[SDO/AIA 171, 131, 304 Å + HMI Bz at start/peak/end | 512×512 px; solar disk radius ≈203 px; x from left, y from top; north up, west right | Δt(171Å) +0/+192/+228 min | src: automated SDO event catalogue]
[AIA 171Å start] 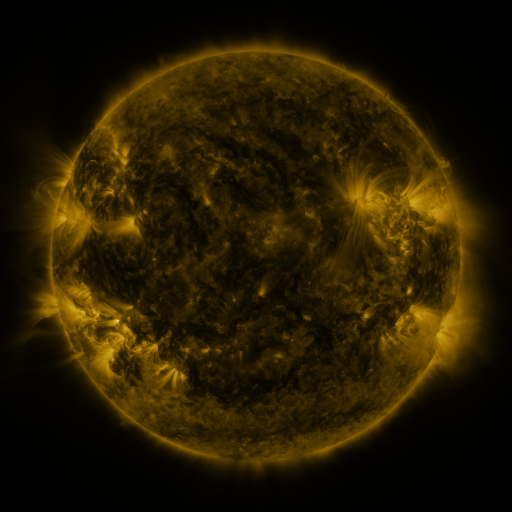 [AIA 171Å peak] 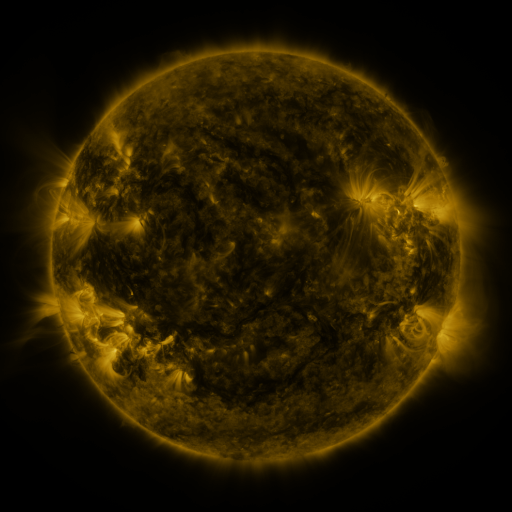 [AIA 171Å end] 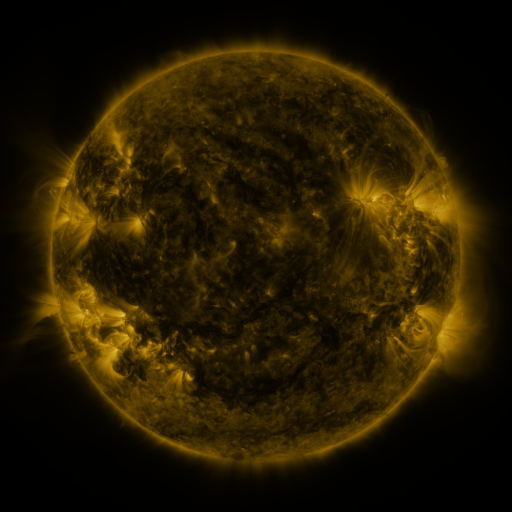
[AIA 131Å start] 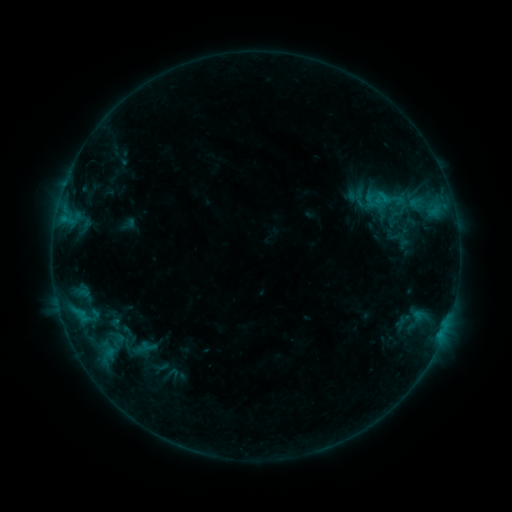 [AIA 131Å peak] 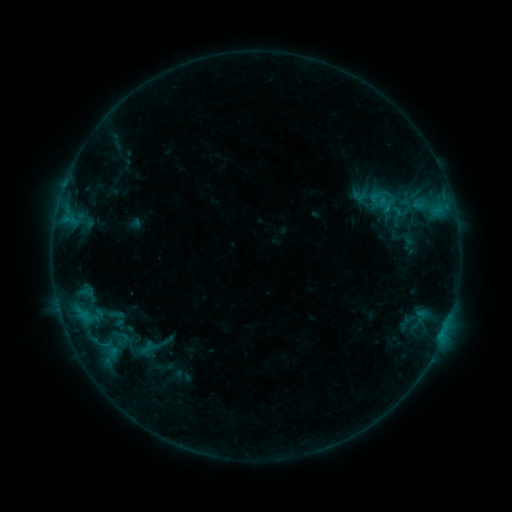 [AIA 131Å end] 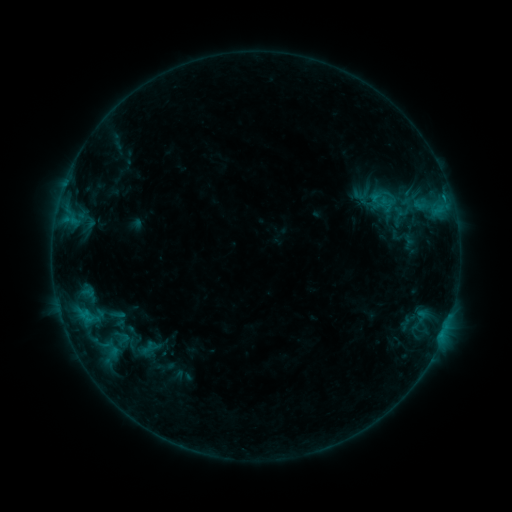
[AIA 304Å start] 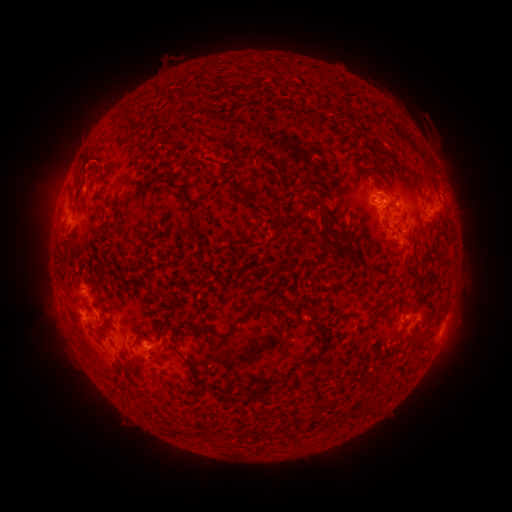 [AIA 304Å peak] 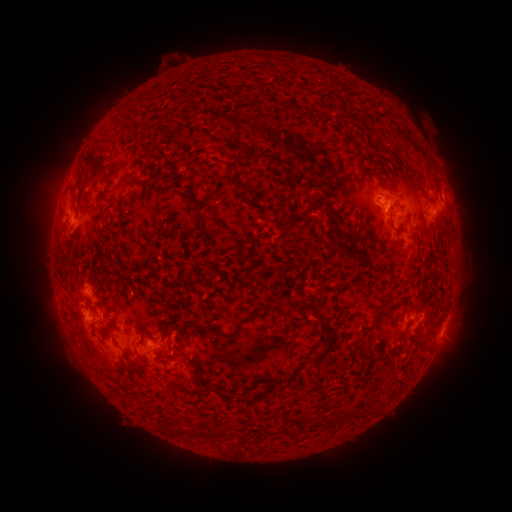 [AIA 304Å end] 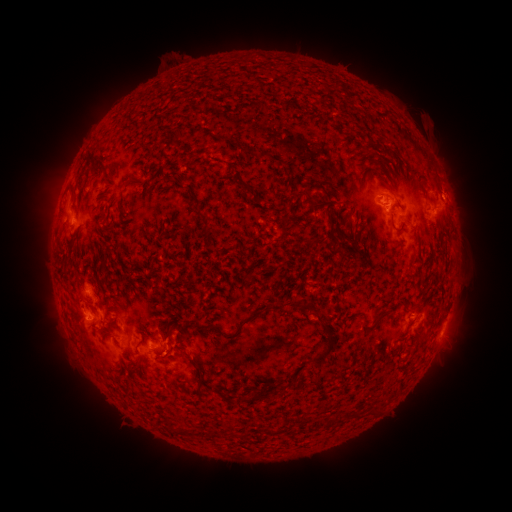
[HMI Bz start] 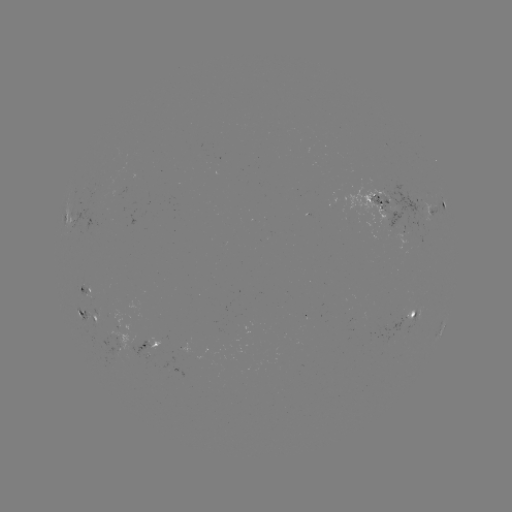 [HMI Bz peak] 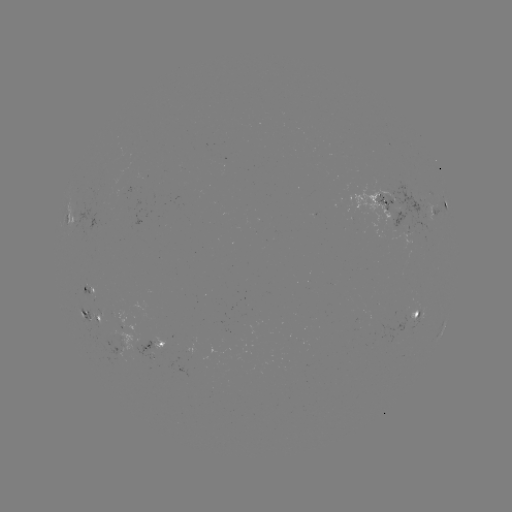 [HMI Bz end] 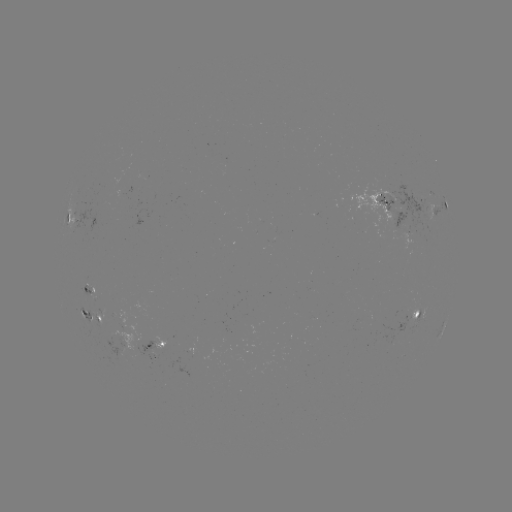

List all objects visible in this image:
emerging-flux region: (151, 355)
